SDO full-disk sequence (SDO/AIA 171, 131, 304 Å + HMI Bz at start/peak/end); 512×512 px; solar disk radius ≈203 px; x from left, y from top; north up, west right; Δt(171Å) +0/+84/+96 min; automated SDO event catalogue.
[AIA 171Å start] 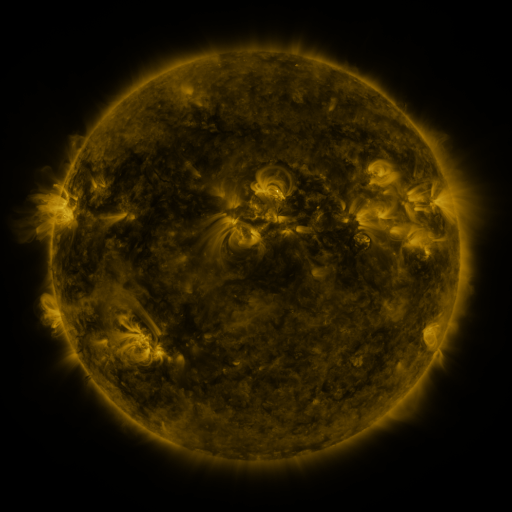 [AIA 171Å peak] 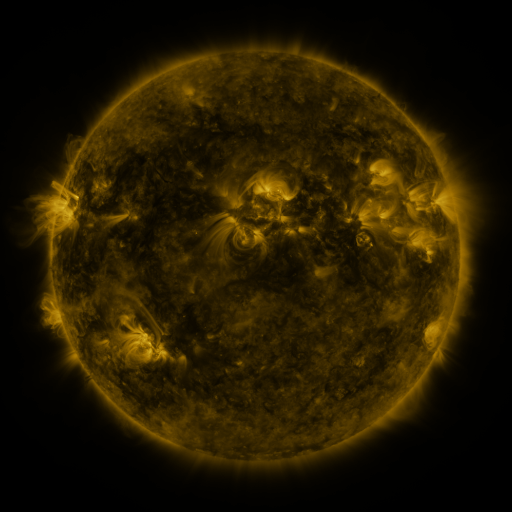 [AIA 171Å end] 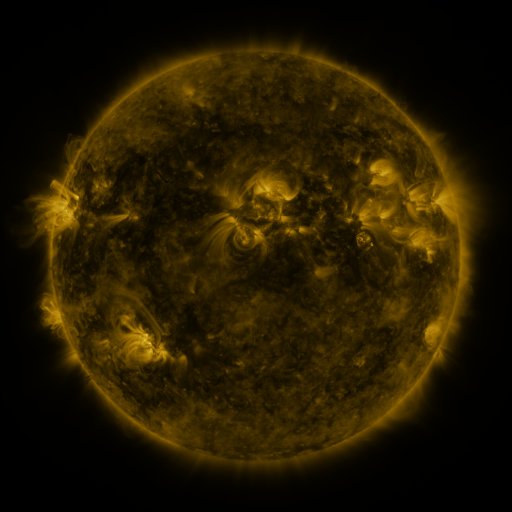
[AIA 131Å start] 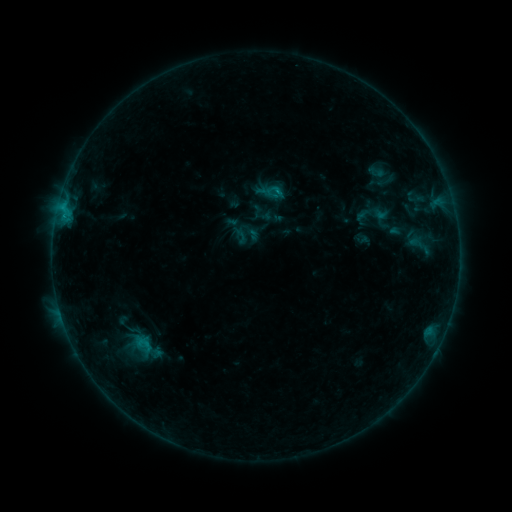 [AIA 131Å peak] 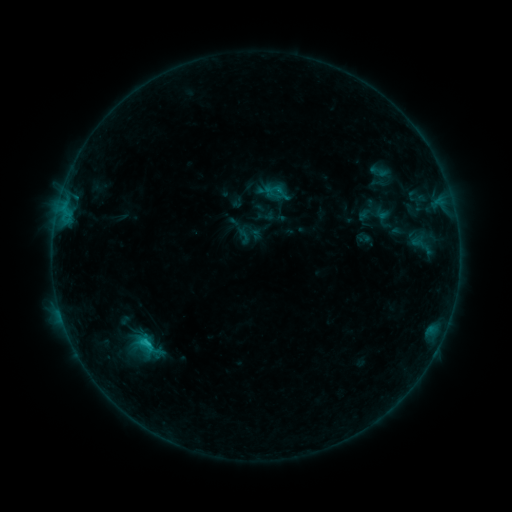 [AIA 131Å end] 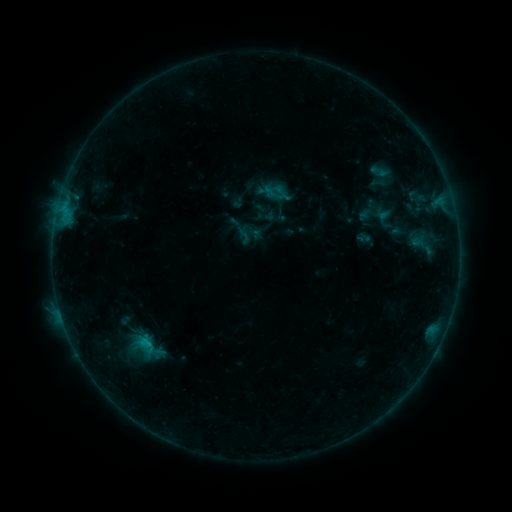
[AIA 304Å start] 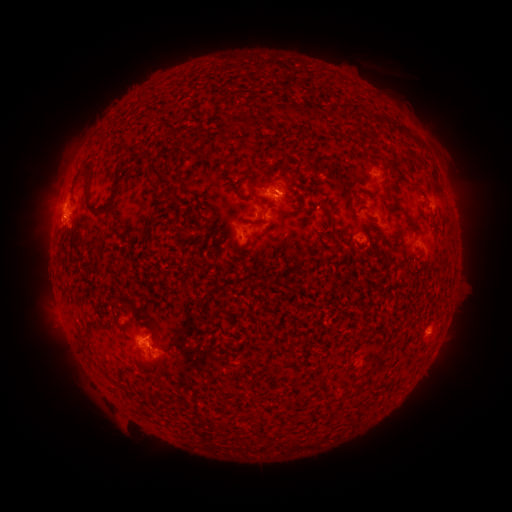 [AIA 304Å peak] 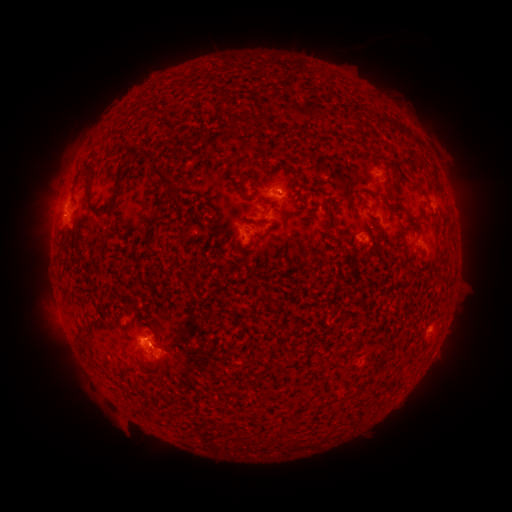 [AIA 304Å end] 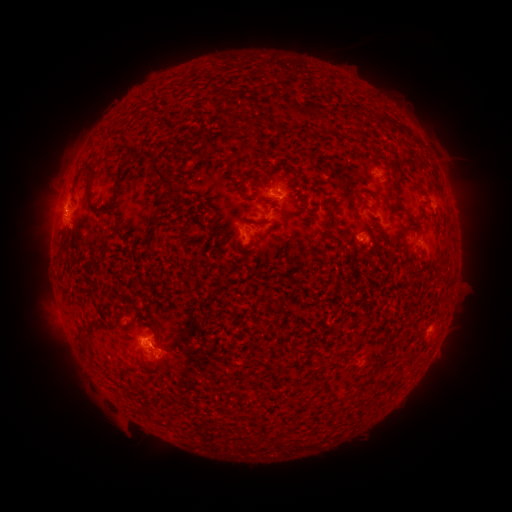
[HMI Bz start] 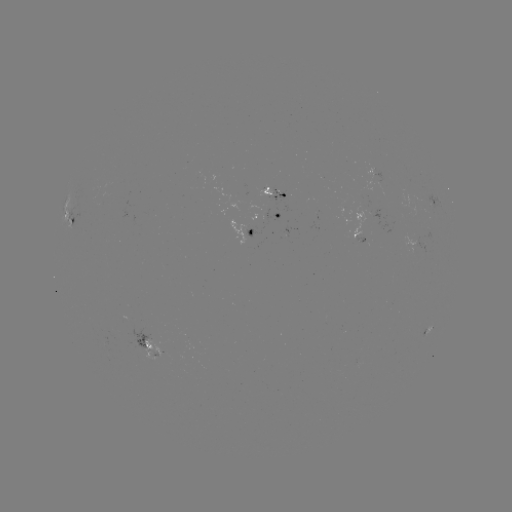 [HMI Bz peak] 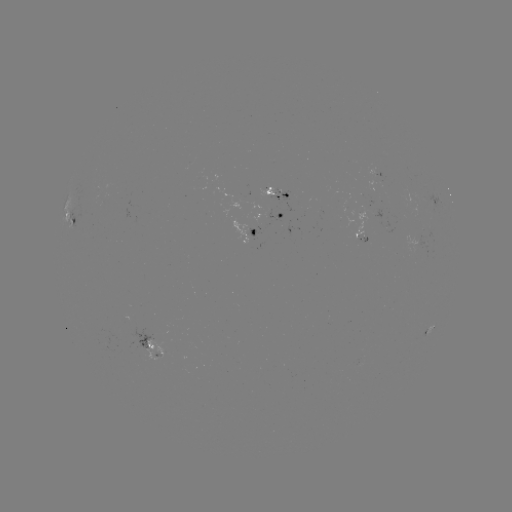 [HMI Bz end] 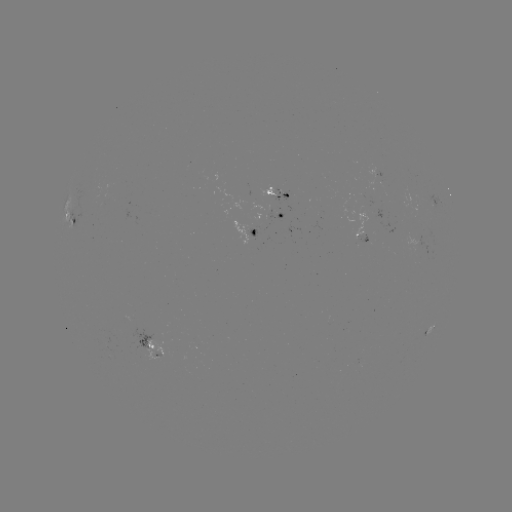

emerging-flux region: (350, 231, 368, 242)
